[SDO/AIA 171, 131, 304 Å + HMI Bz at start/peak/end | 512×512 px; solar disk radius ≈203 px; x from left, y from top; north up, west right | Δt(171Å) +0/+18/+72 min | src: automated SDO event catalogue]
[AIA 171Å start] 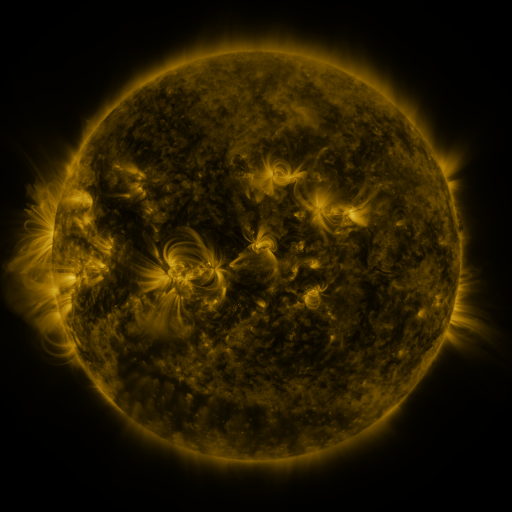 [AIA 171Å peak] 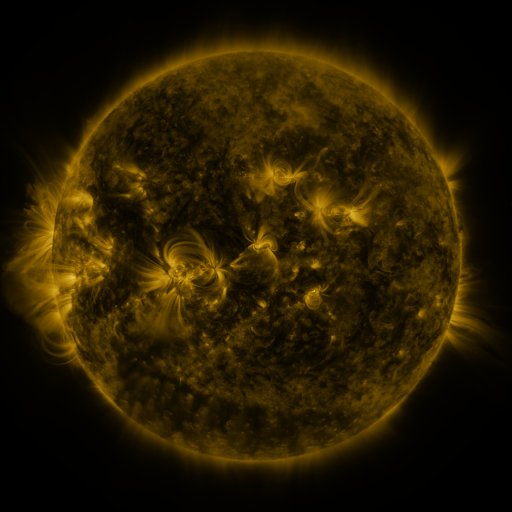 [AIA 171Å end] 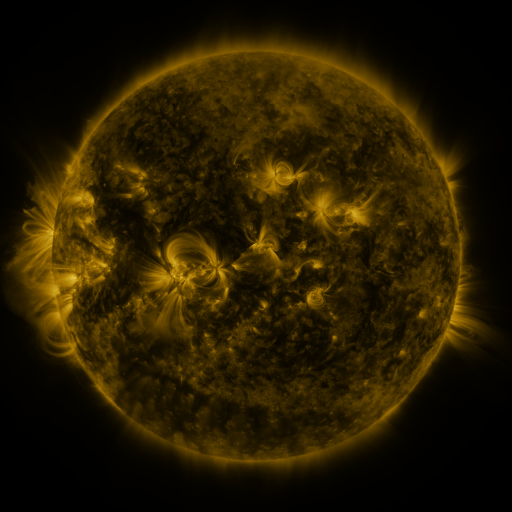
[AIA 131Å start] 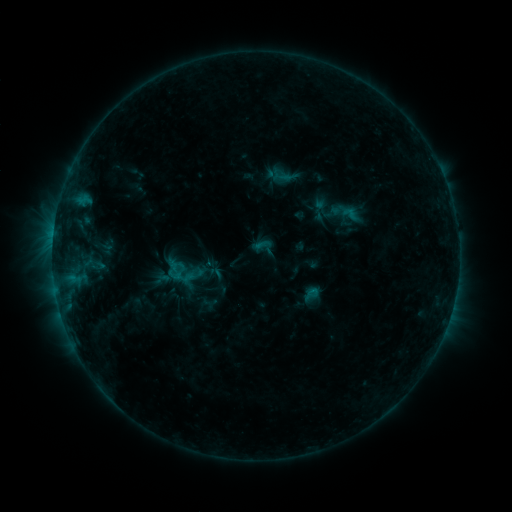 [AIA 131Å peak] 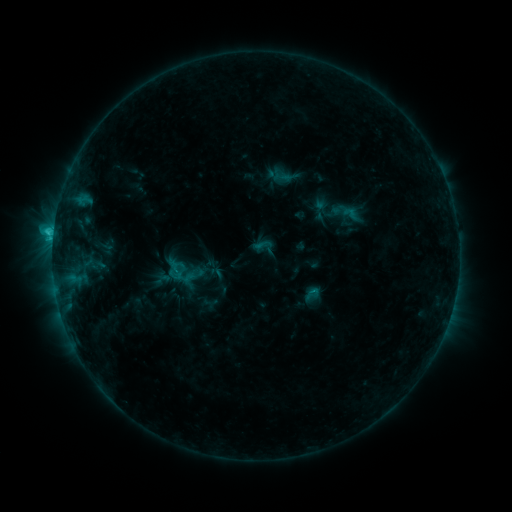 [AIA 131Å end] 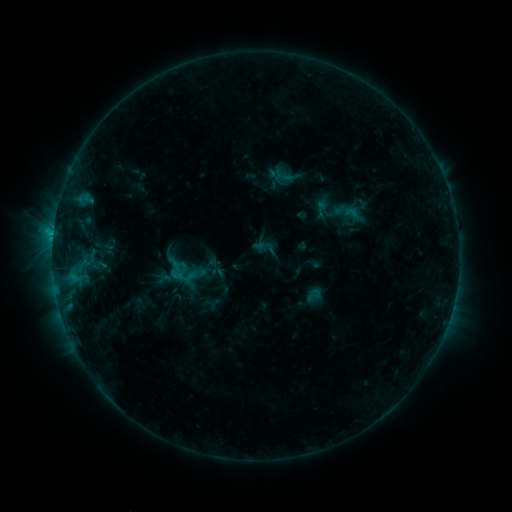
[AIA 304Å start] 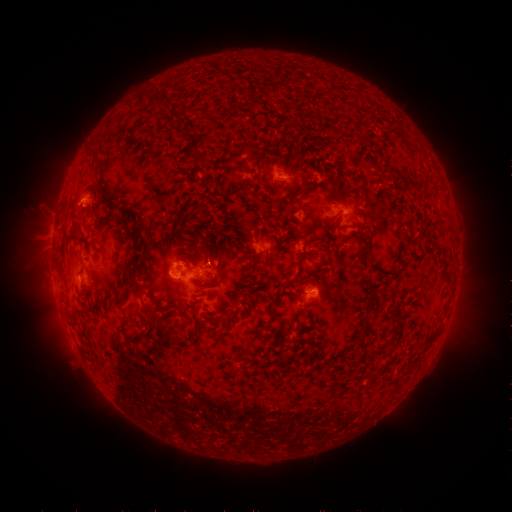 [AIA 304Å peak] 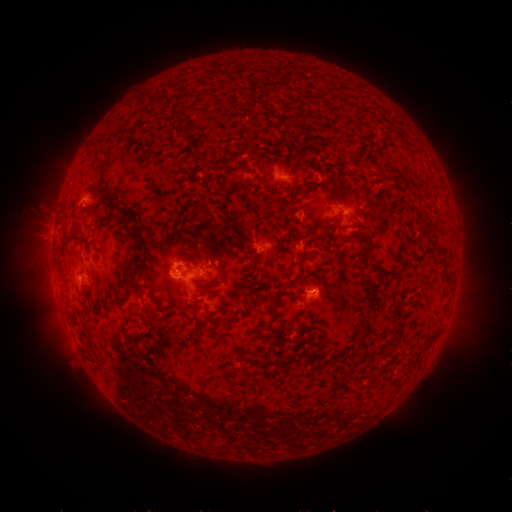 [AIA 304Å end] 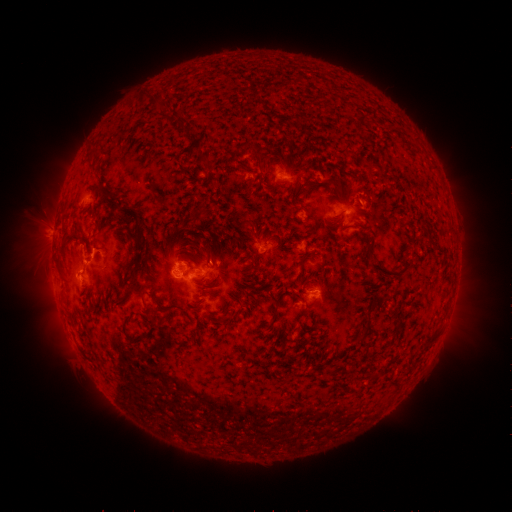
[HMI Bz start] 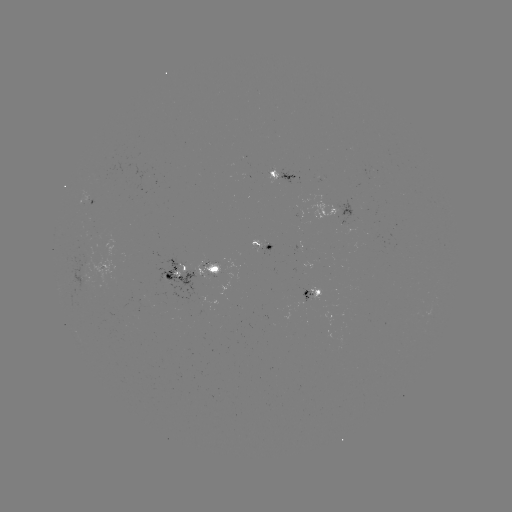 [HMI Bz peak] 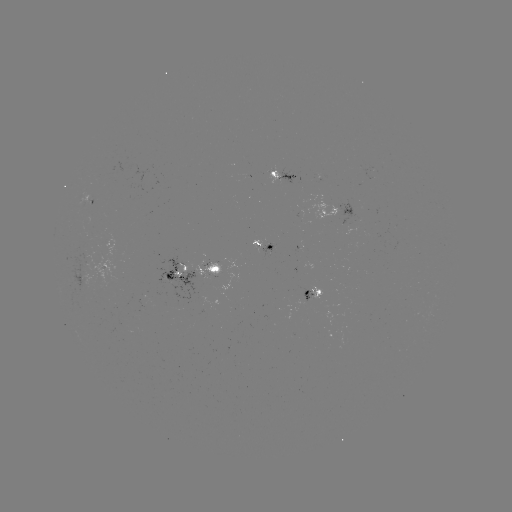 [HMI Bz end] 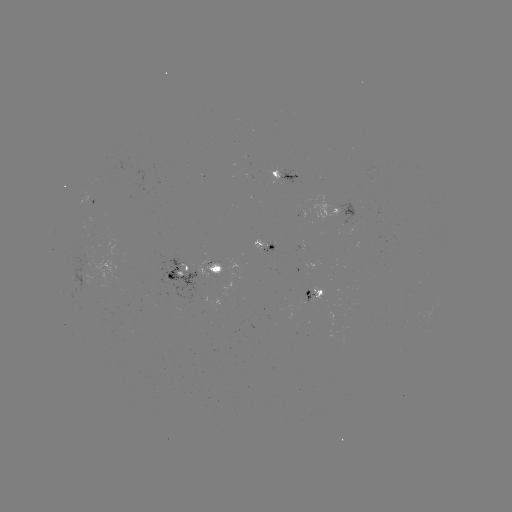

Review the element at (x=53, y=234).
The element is C2.1 flare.